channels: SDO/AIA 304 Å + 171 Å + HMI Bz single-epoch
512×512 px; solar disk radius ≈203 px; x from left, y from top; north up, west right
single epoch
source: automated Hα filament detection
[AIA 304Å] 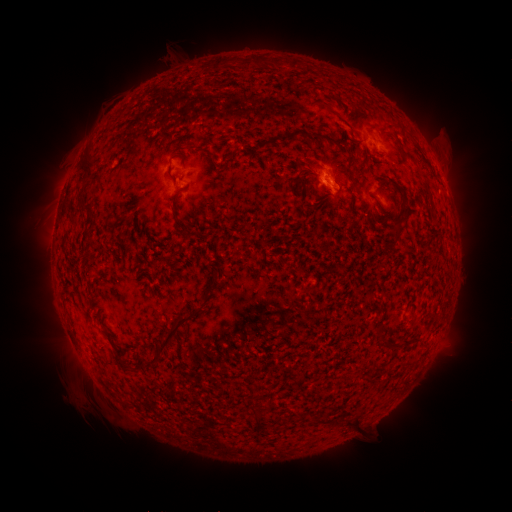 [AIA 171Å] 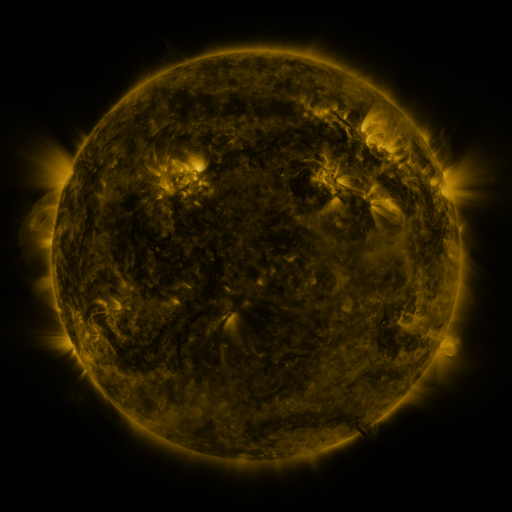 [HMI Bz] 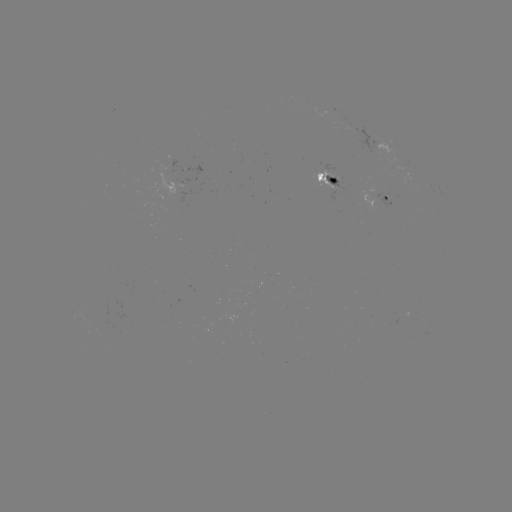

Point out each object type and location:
filament: (259, 62)
filament: (222, 64)
filament: (315, 139)
filament: (281, 140)
filament: (338, 144)
filament: (401, 149)
filament: (357, 152)
filament: (86, 162)
filament: (387, 183)
filament: (426, 192)
filament: (177, 198)
filament: (84, 208)
filament: (180, 220)
filament: (214, 275)
filament: (170, 333)
filament: (411, 339)
filament: (117, 354)
filament: (356, 421)
